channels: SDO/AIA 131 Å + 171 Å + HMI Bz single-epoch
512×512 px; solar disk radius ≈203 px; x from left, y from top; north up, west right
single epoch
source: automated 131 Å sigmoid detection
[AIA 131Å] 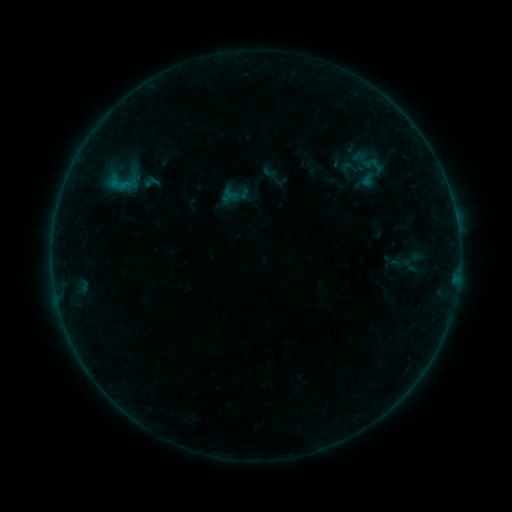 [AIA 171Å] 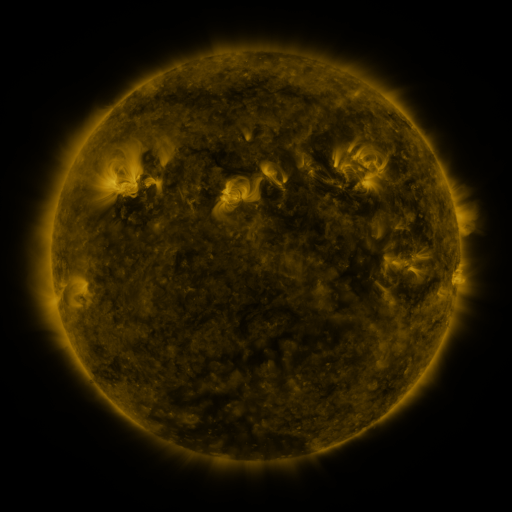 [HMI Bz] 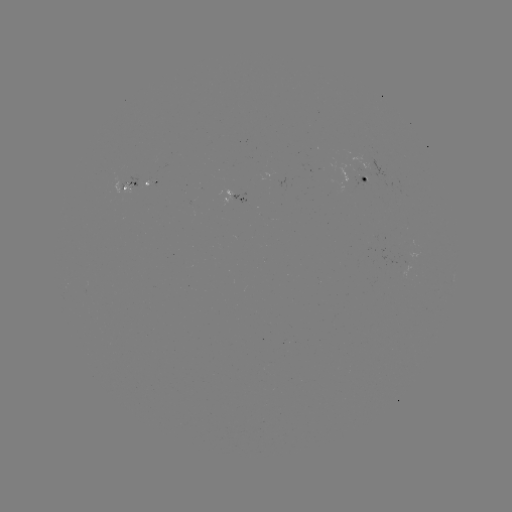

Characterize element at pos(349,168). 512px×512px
sigmoid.